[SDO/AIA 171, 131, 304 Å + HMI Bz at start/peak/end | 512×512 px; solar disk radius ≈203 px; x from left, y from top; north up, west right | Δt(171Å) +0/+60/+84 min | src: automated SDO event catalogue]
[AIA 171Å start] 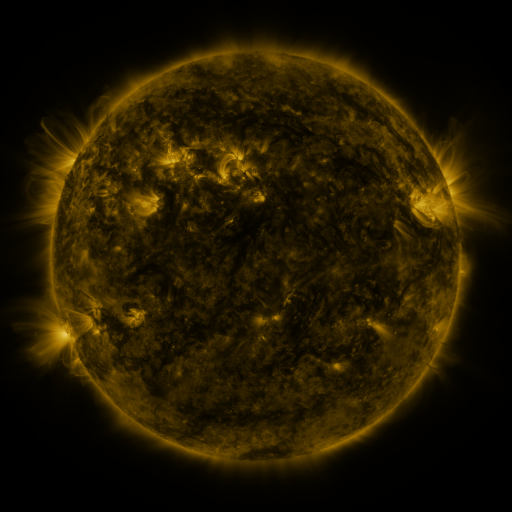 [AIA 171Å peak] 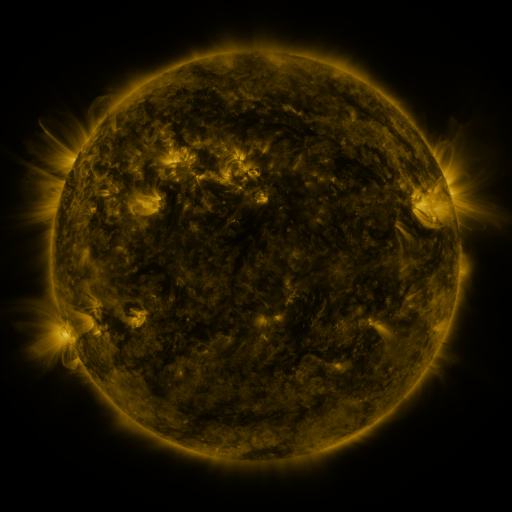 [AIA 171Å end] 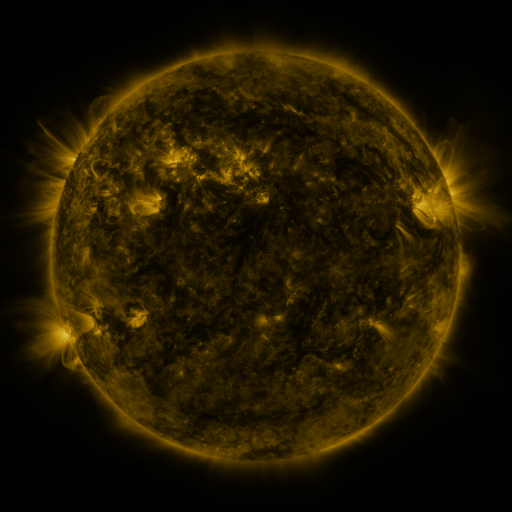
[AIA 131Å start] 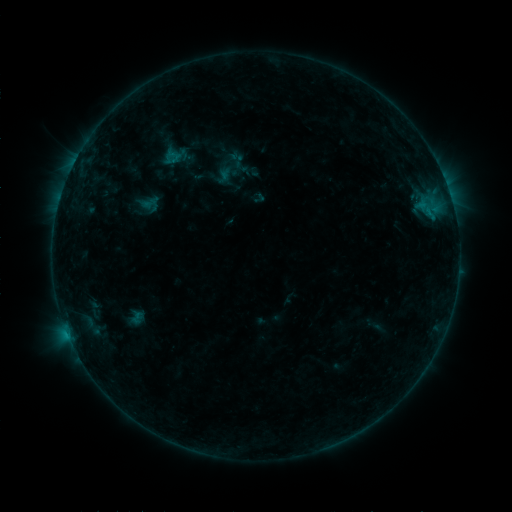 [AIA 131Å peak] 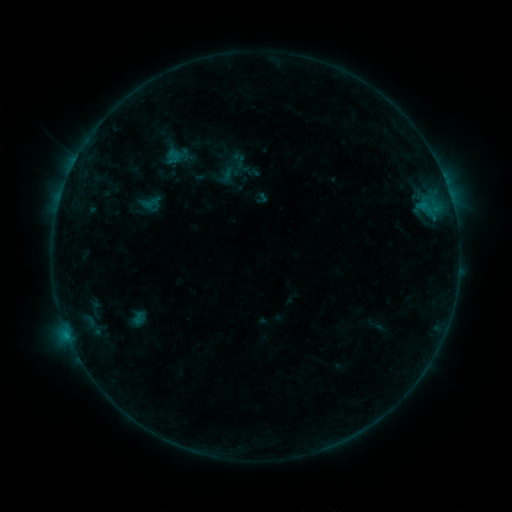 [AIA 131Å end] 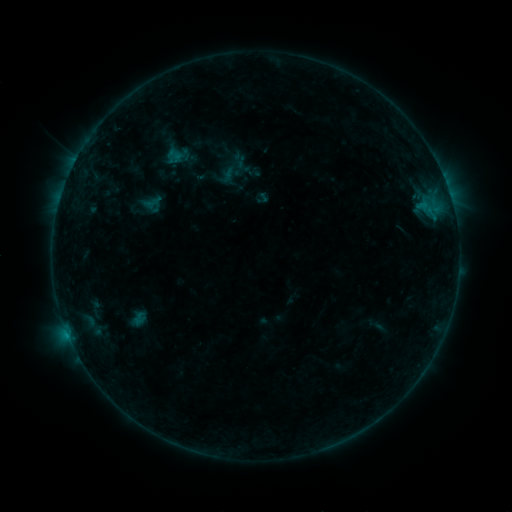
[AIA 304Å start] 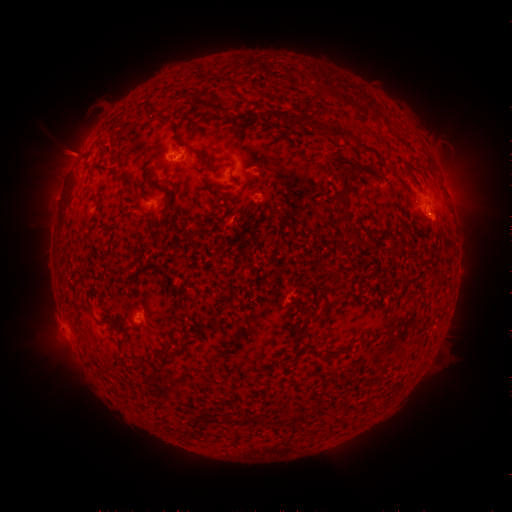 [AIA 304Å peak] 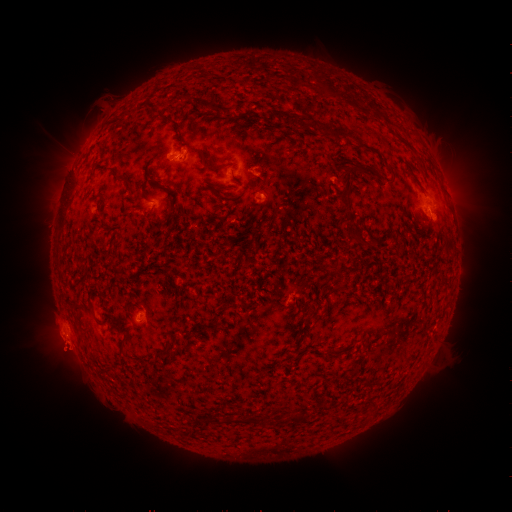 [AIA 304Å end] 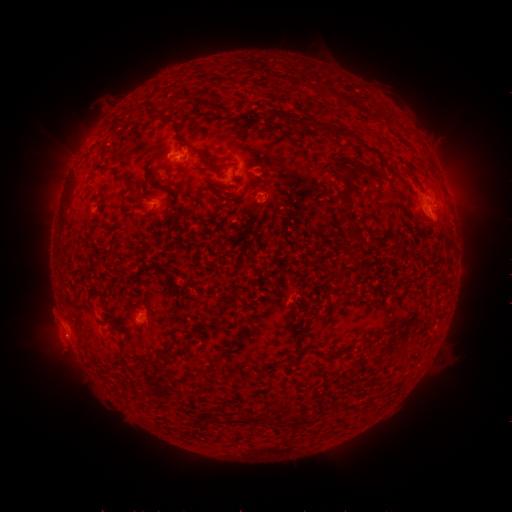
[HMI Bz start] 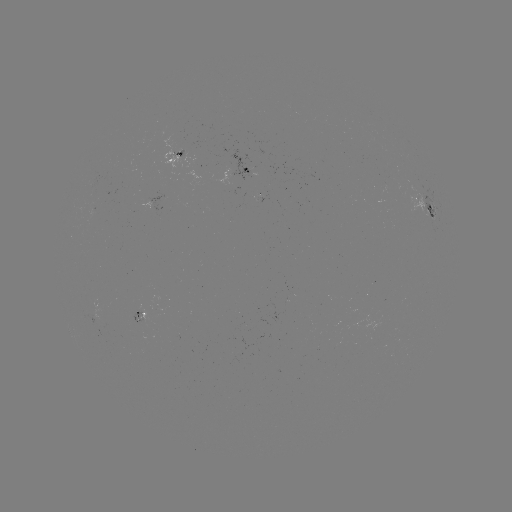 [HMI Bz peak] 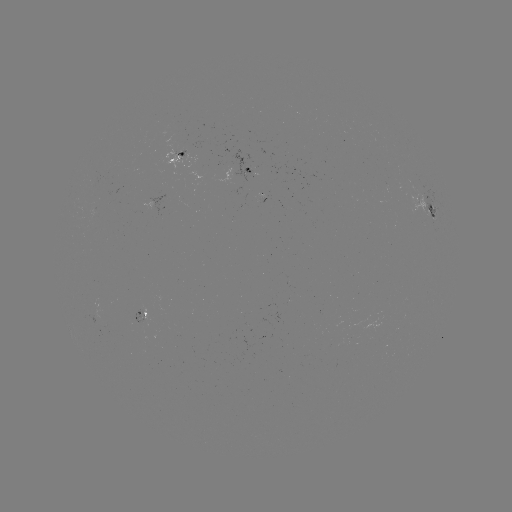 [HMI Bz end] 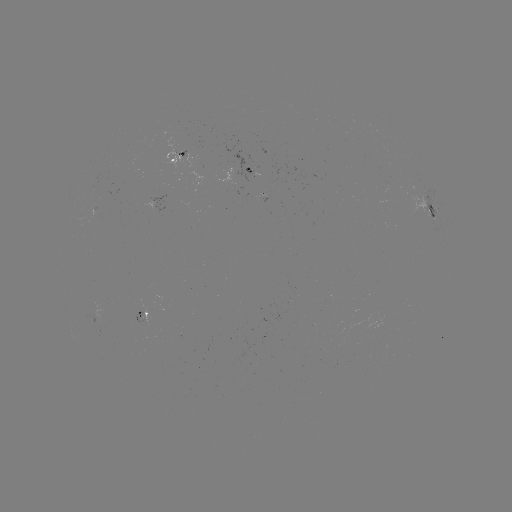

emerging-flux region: [129, 306, 147, 325]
